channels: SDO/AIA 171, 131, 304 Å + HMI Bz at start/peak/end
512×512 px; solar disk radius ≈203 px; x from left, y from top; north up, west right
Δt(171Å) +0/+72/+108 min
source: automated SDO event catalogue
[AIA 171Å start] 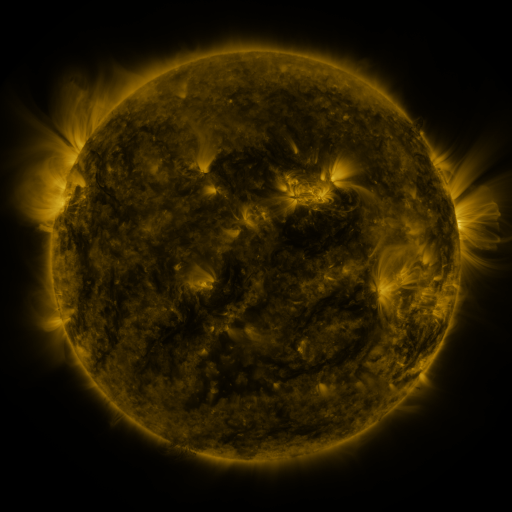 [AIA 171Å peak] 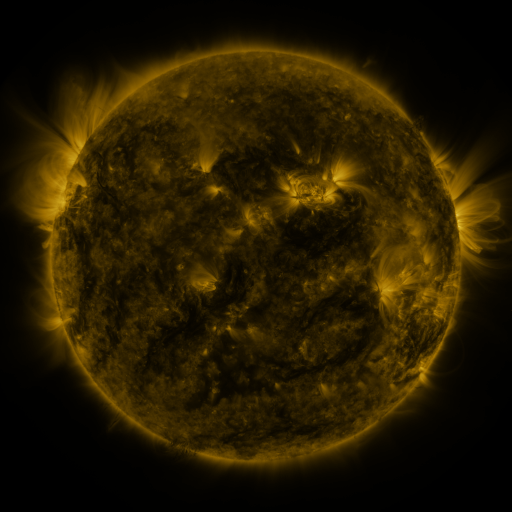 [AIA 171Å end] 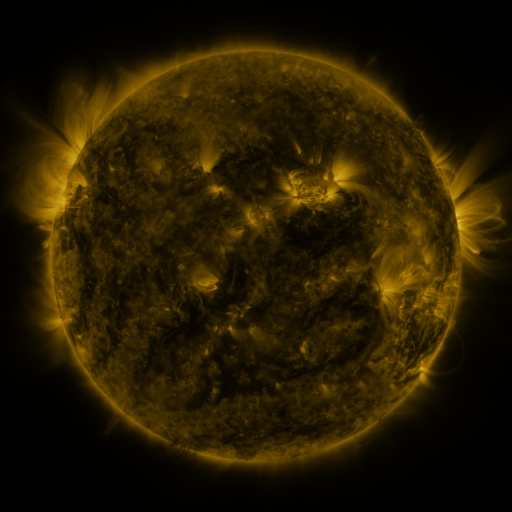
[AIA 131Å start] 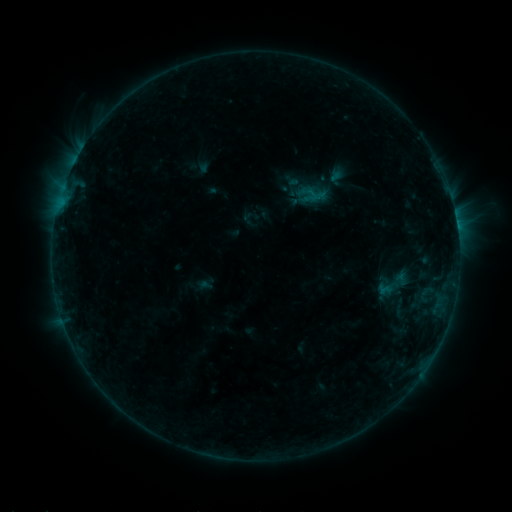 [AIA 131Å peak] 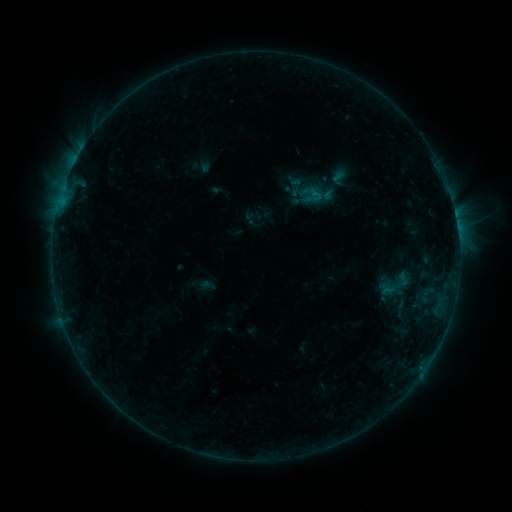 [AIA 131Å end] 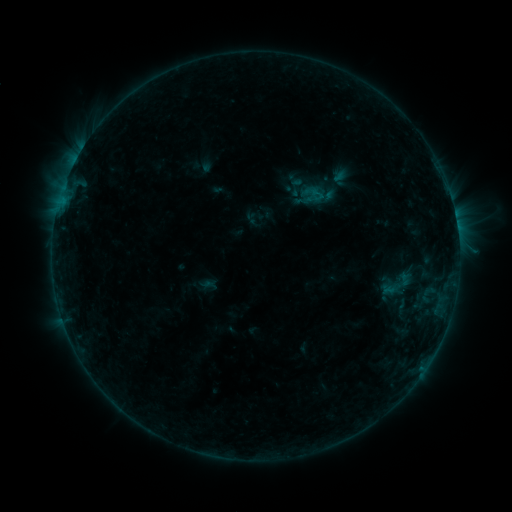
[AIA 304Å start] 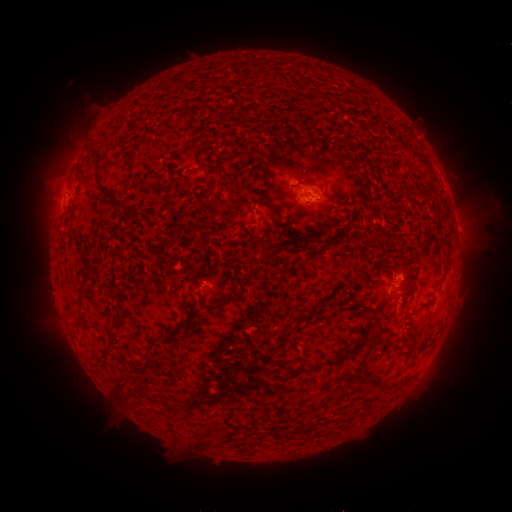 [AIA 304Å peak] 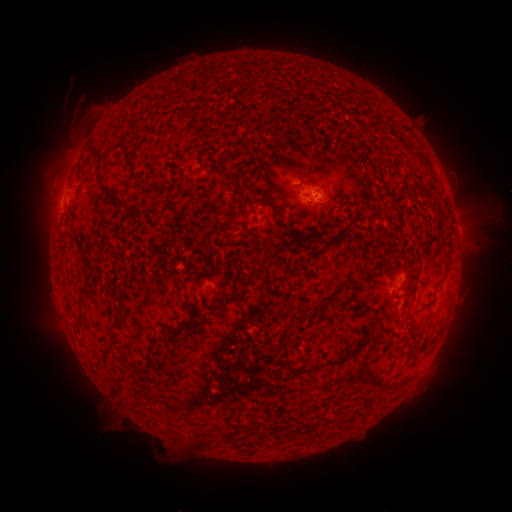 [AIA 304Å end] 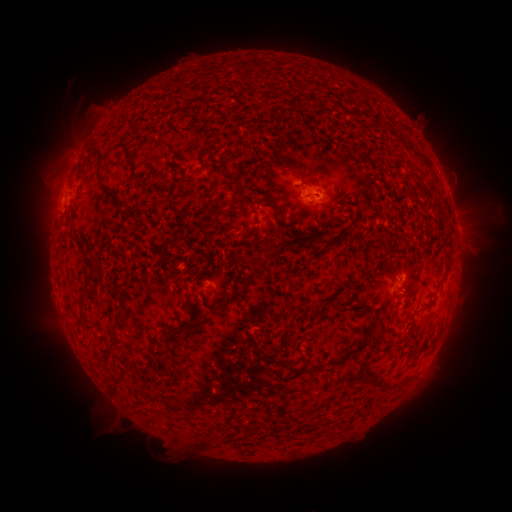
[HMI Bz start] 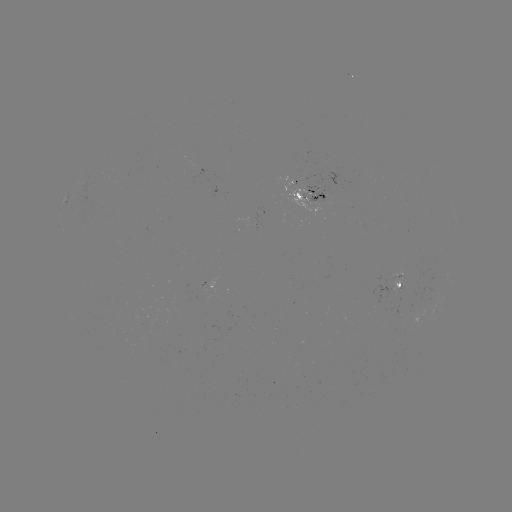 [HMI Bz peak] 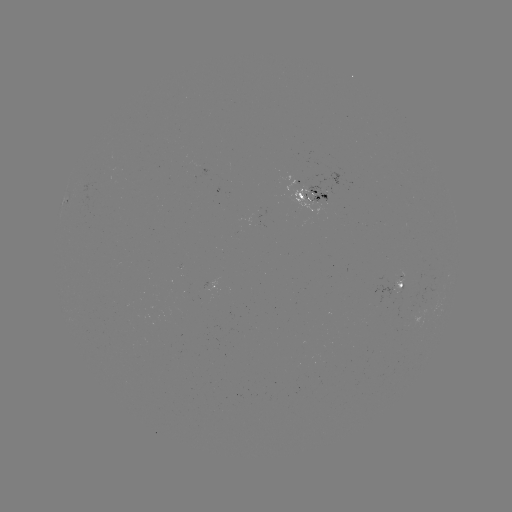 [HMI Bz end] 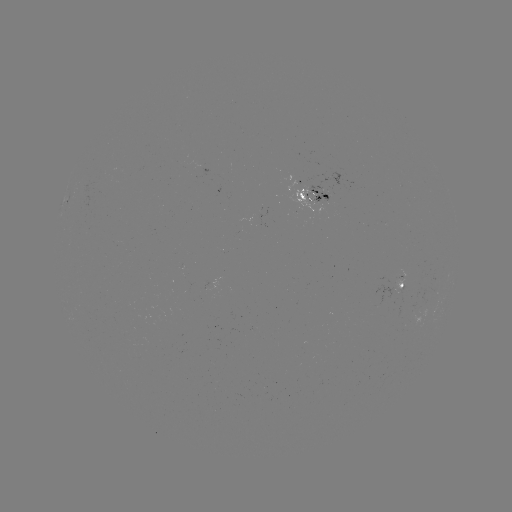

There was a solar emerging-flux region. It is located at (322, 200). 